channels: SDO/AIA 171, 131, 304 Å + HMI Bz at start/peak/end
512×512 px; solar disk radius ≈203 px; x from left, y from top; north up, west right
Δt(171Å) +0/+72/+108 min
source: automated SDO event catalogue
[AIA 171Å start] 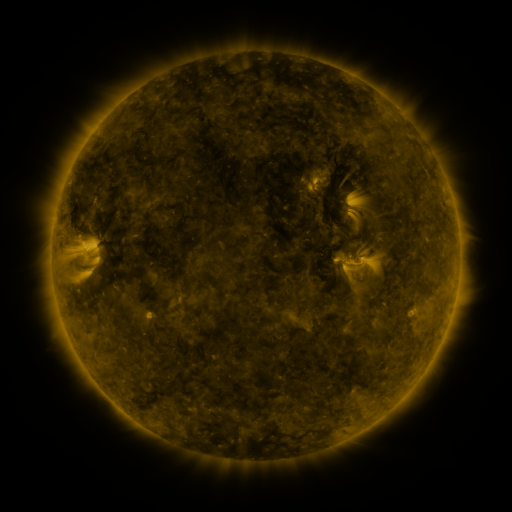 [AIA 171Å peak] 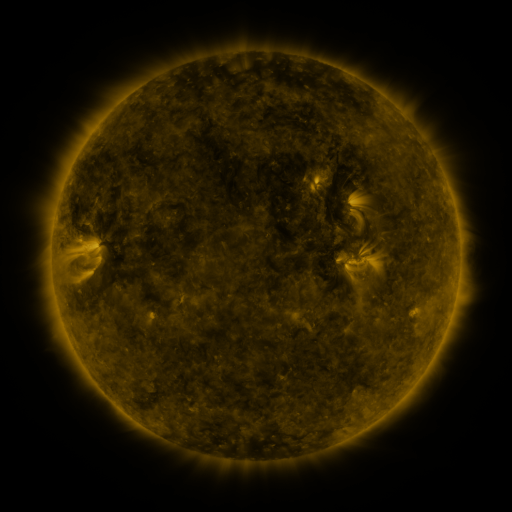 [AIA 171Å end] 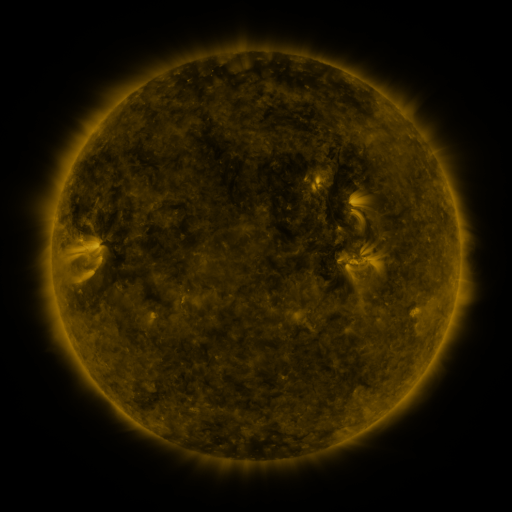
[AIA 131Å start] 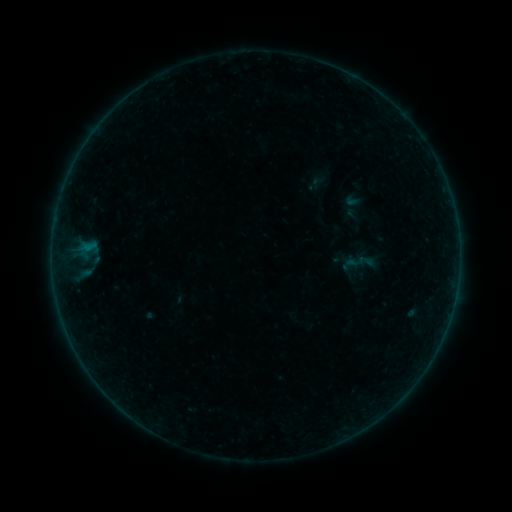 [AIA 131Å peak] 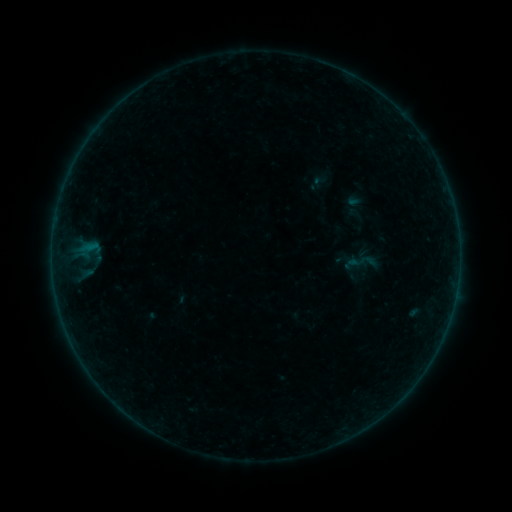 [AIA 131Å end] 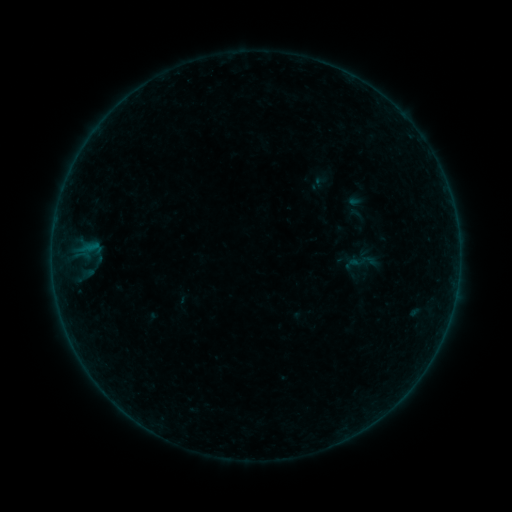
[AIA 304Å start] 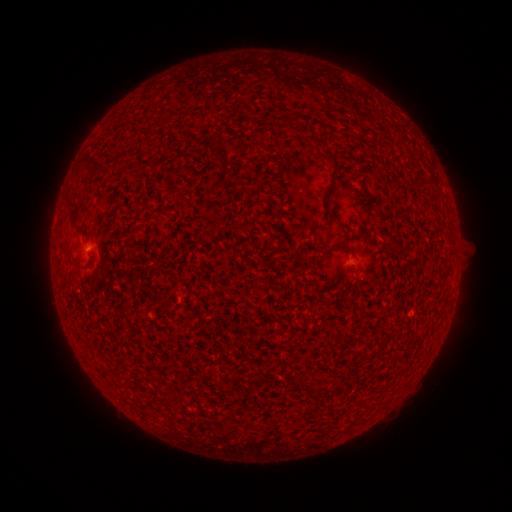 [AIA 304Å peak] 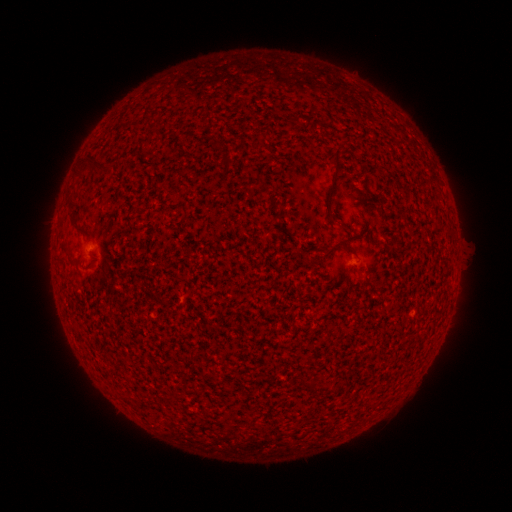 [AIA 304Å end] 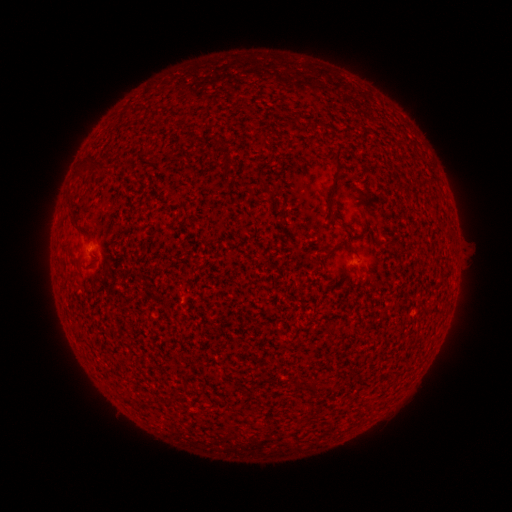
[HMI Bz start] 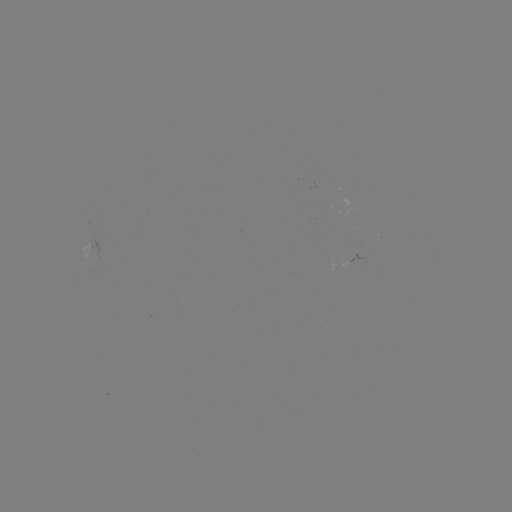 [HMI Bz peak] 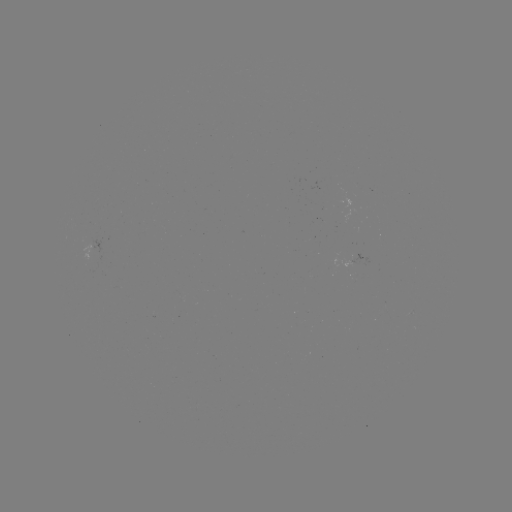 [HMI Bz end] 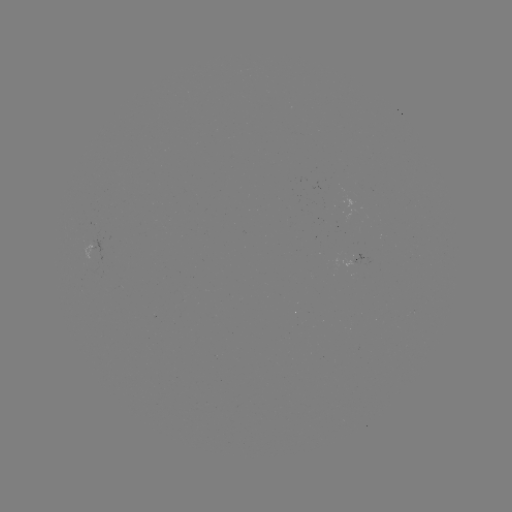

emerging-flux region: <bbox>350, 253, 371, 267</bbox>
